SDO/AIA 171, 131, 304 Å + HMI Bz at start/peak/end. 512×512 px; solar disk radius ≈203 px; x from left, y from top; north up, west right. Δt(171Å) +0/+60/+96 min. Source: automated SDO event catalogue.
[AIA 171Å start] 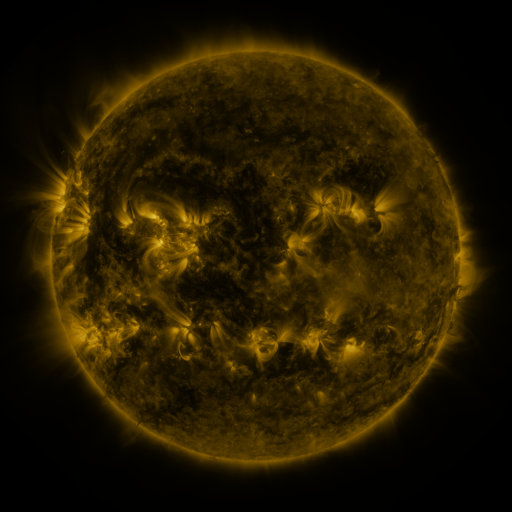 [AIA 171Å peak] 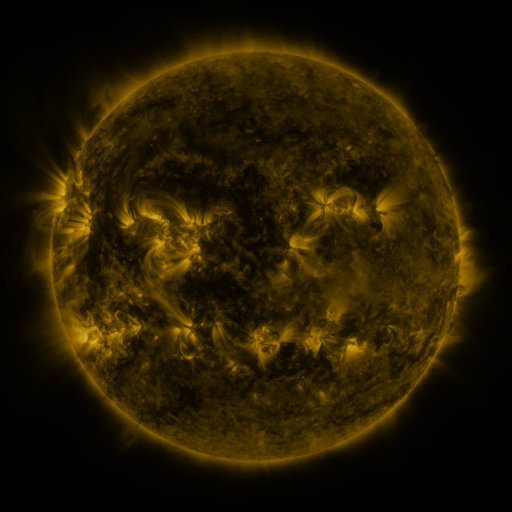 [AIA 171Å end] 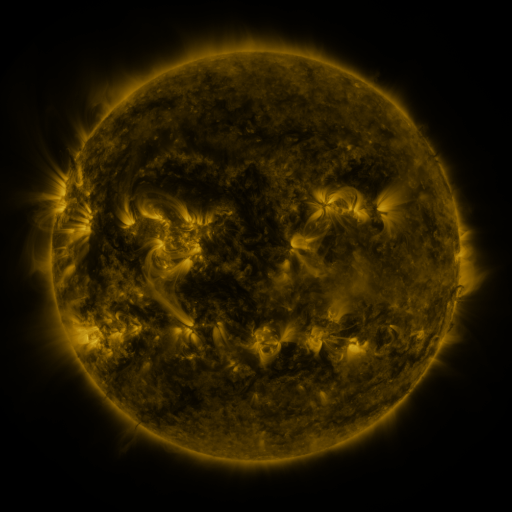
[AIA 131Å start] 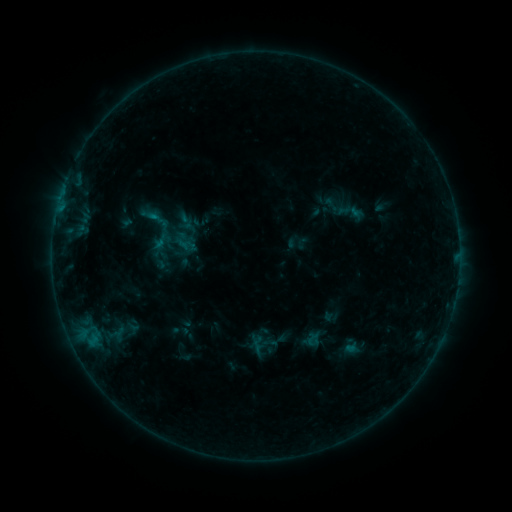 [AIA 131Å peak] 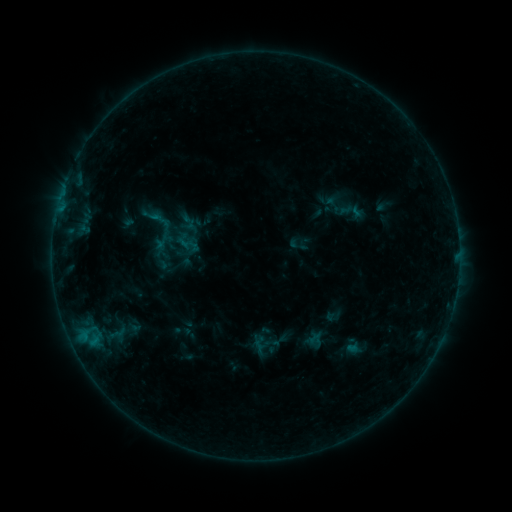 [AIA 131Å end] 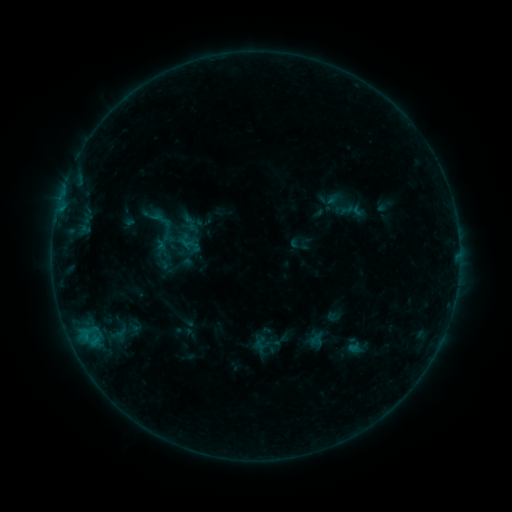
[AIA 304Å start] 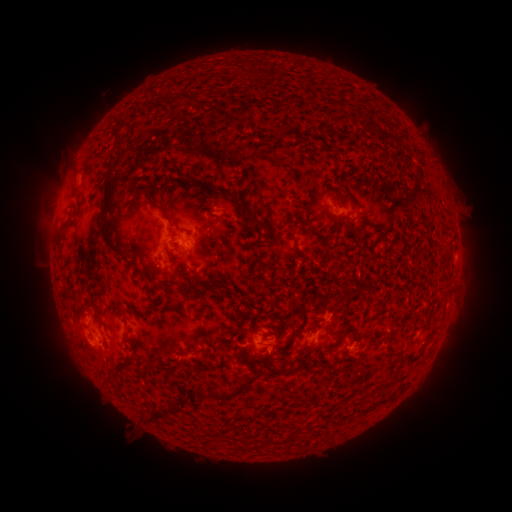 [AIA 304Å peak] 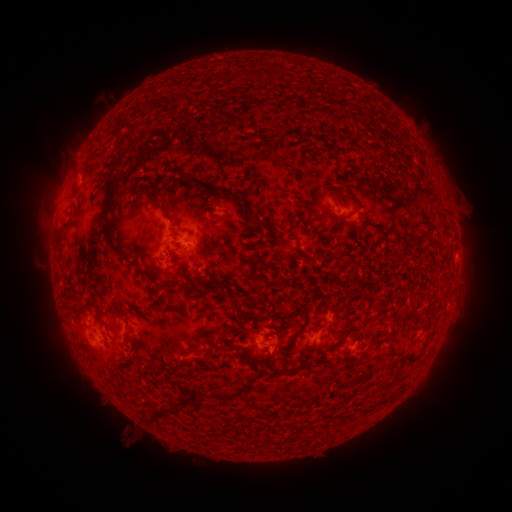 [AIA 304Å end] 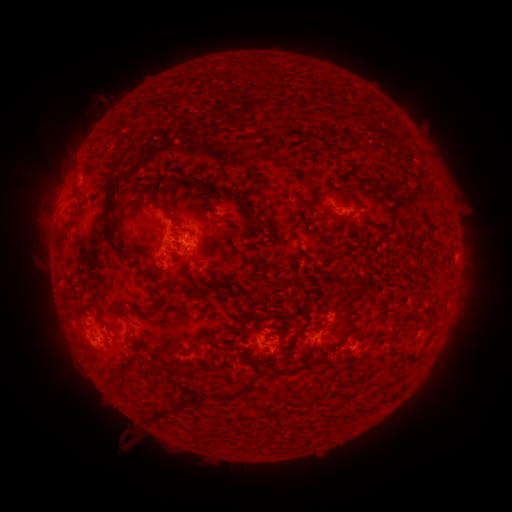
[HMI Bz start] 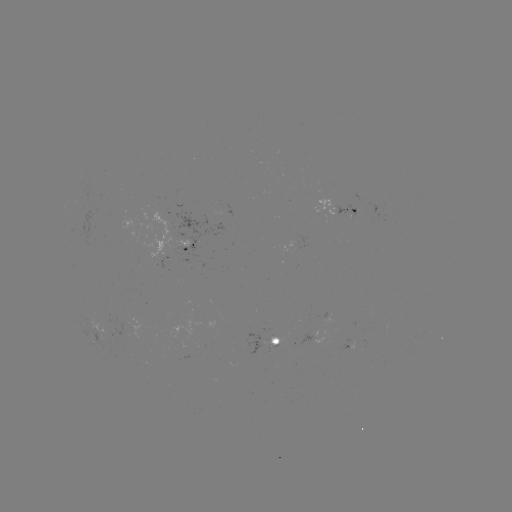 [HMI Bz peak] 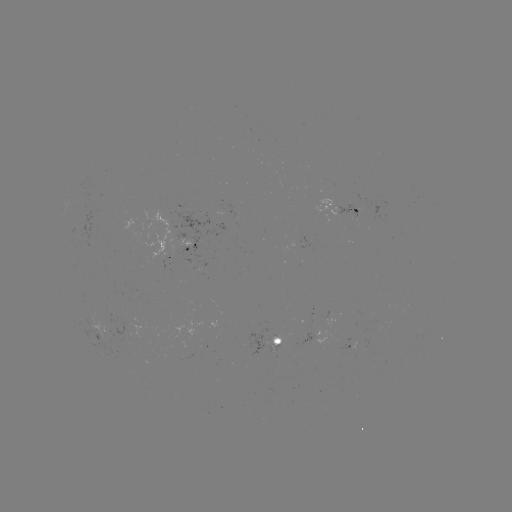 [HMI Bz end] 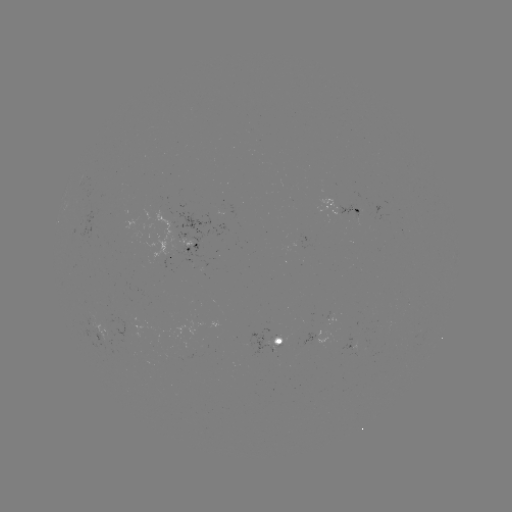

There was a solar emerging-flux region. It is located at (130, 353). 